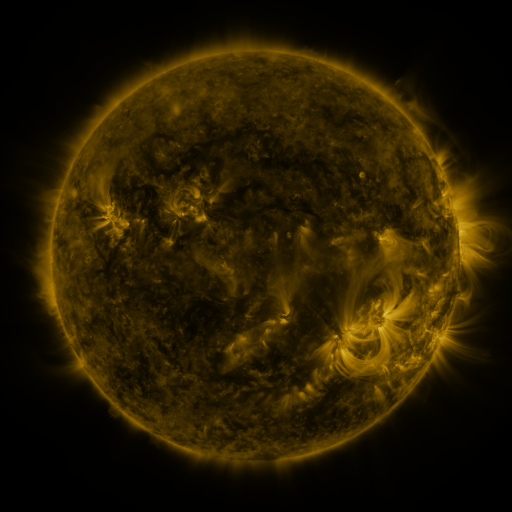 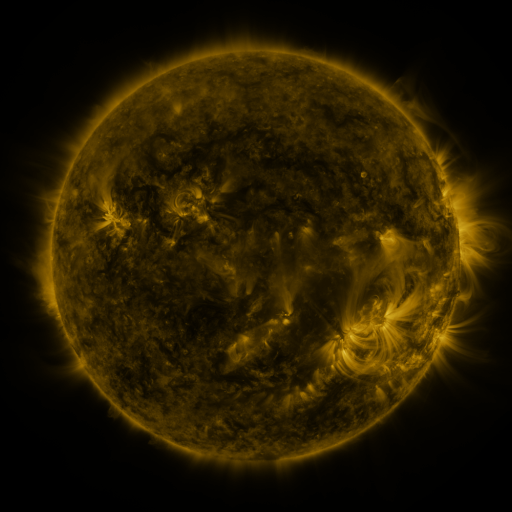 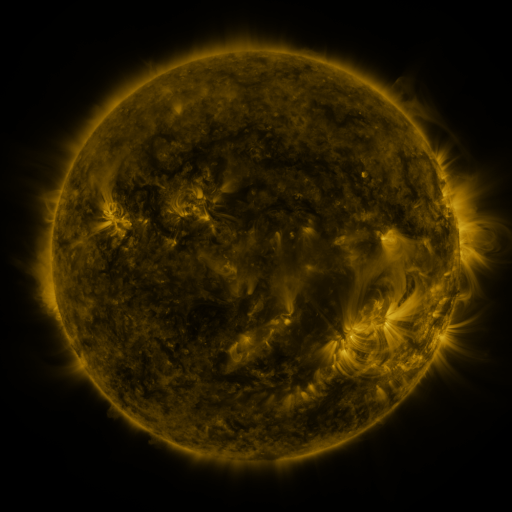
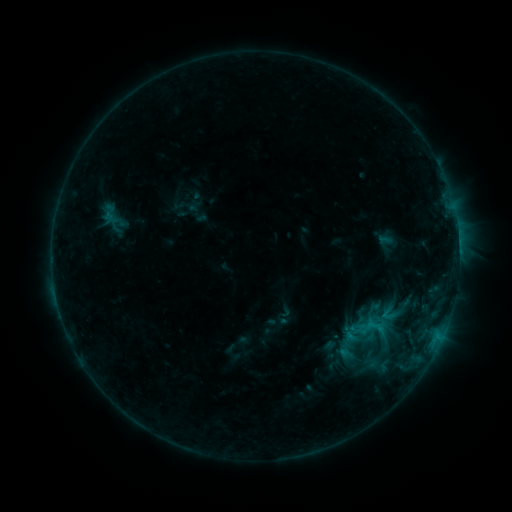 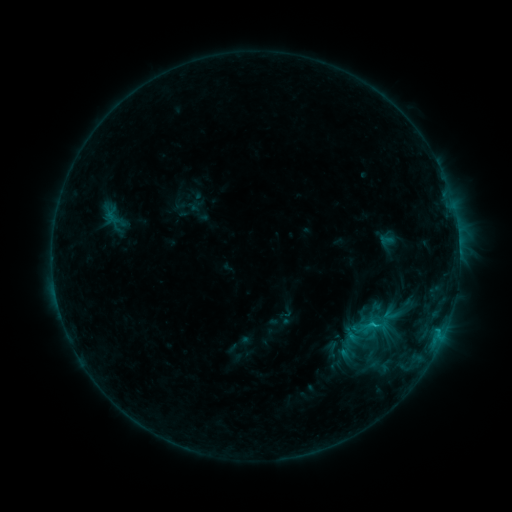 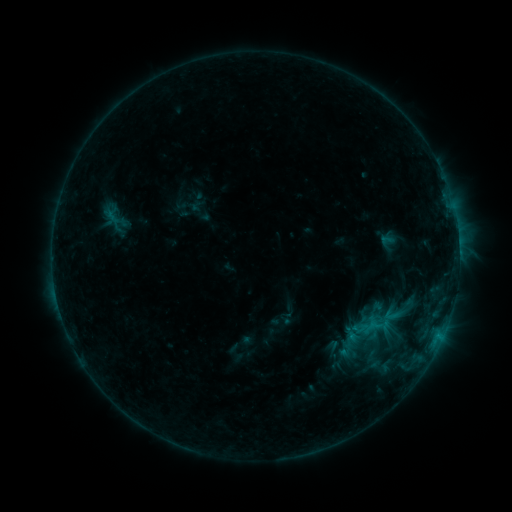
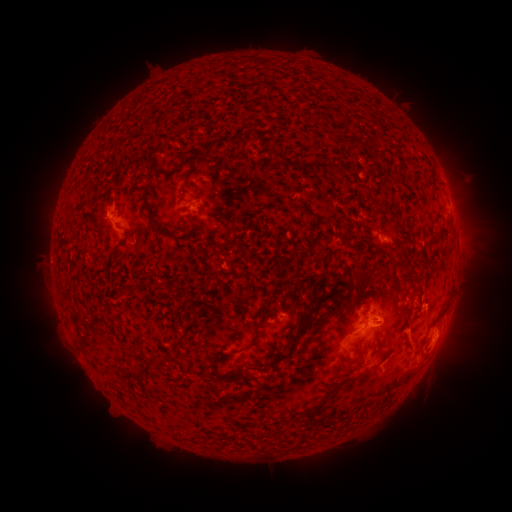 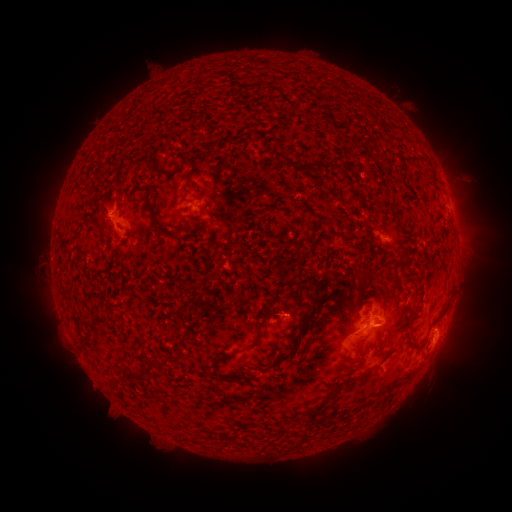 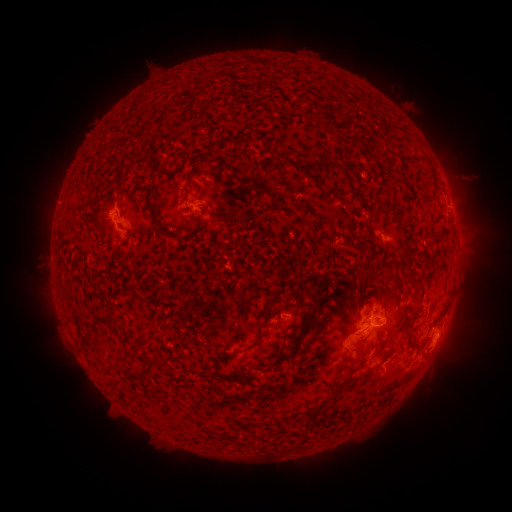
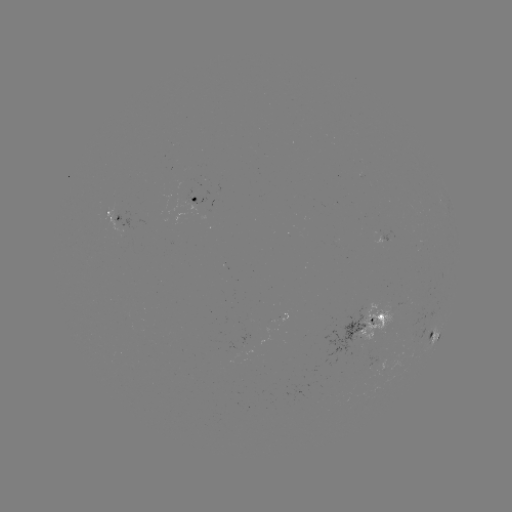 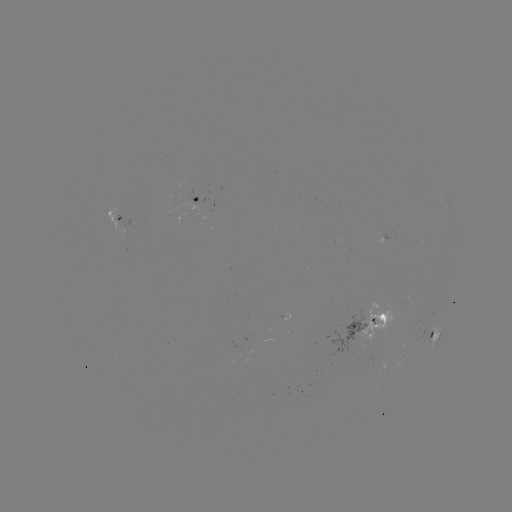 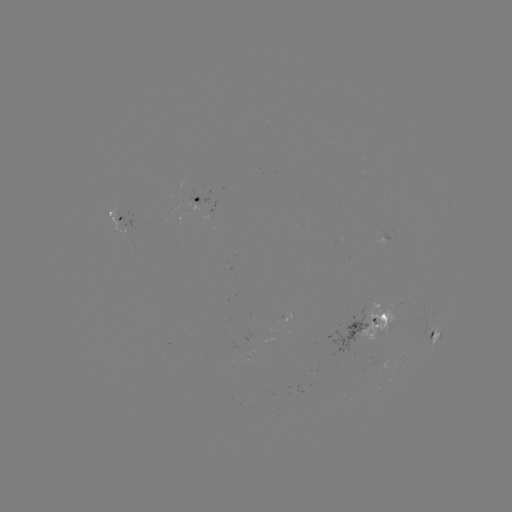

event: emerging-flux region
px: (236, 350)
